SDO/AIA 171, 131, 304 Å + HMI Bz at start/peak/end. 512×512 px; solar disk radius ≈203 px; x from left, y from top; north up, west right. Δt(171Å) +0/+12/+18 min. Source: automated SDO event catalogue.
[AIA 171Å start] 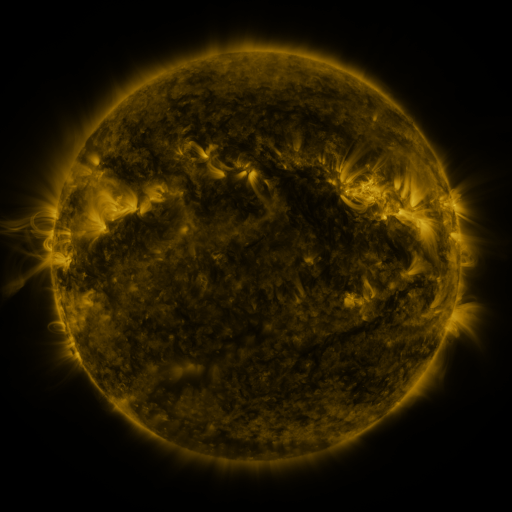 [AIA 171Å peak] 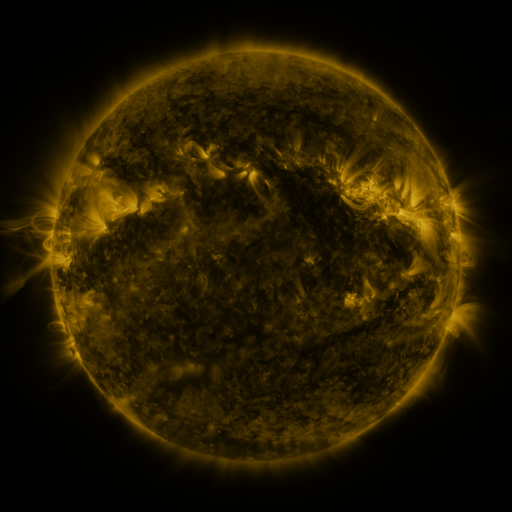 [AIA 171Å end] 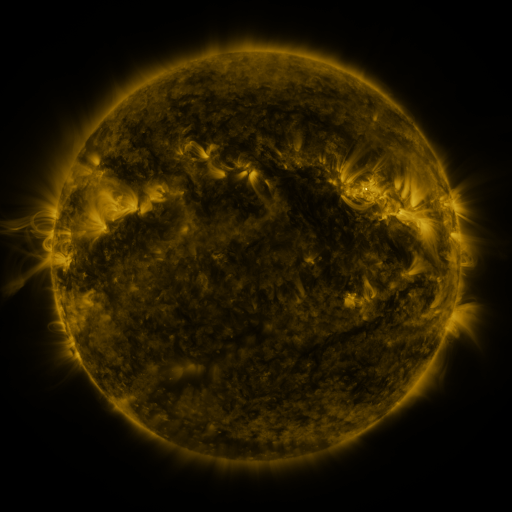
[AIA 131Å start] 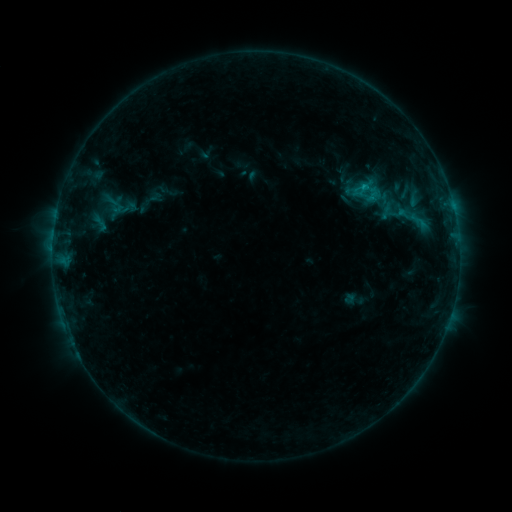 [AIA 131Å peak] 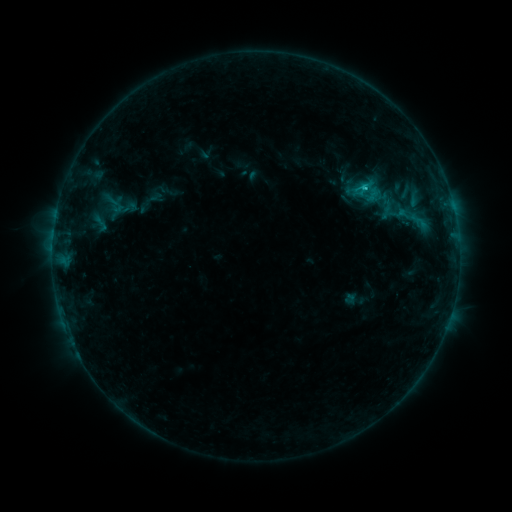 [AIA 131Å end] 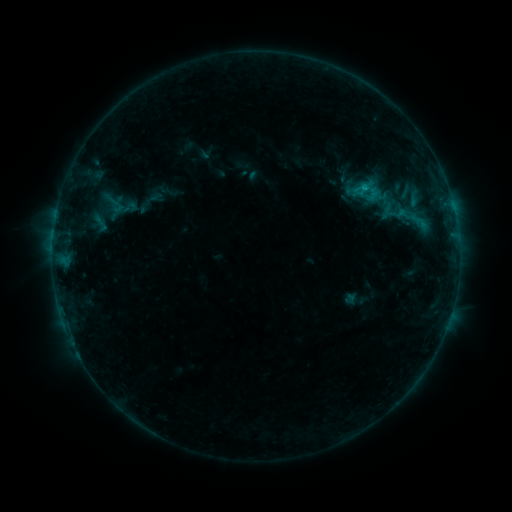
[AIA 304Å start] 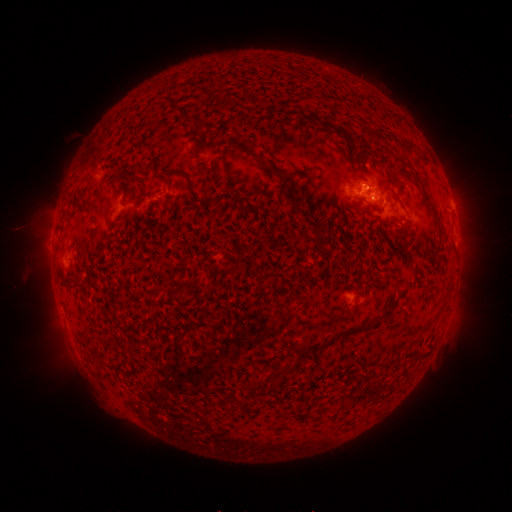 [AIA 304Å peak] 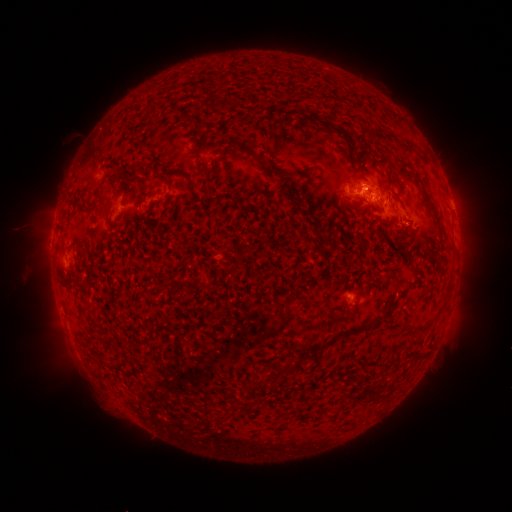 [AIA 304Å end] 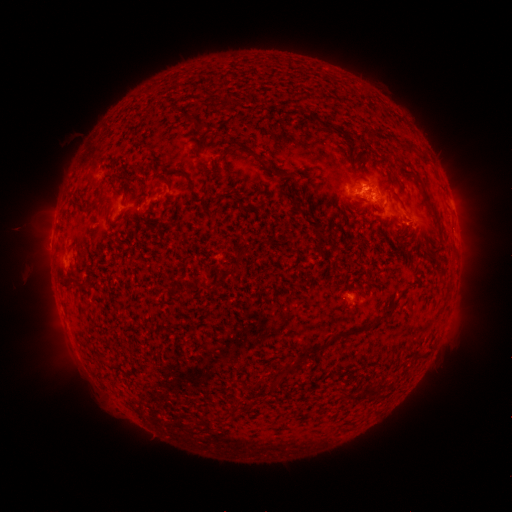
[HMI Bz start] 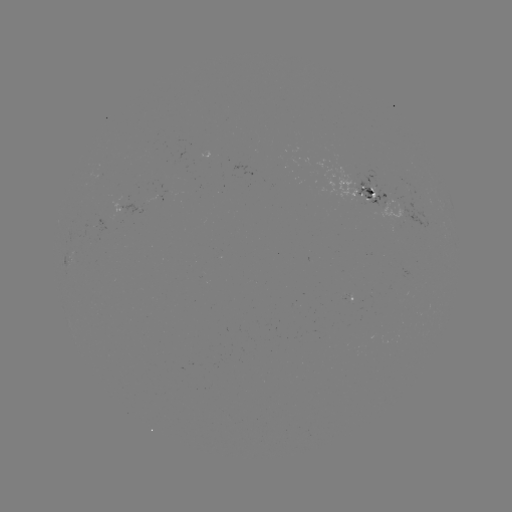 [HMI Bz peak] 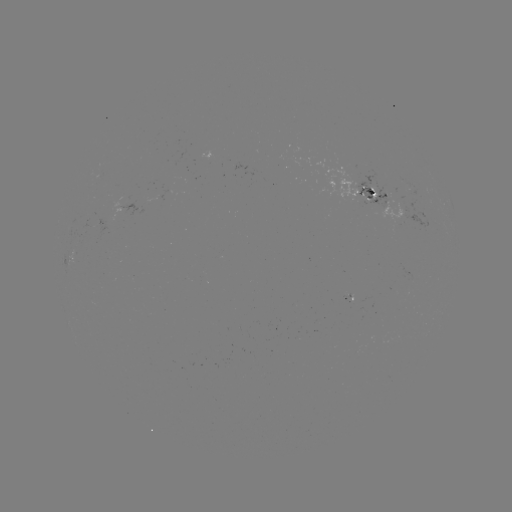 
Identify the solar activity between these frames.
B8.6 flare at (364, 190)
